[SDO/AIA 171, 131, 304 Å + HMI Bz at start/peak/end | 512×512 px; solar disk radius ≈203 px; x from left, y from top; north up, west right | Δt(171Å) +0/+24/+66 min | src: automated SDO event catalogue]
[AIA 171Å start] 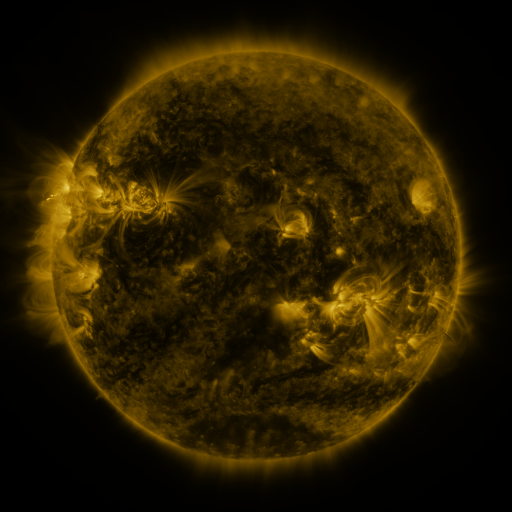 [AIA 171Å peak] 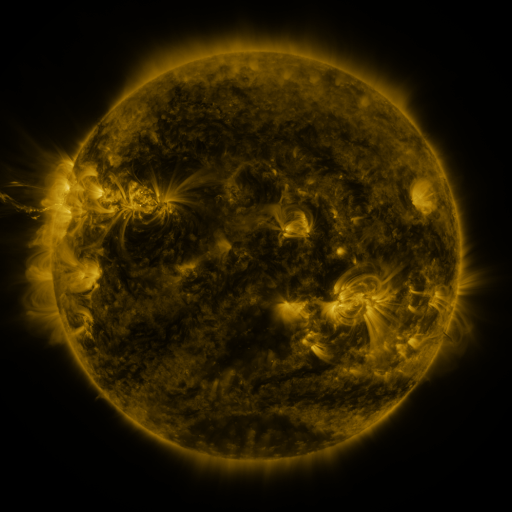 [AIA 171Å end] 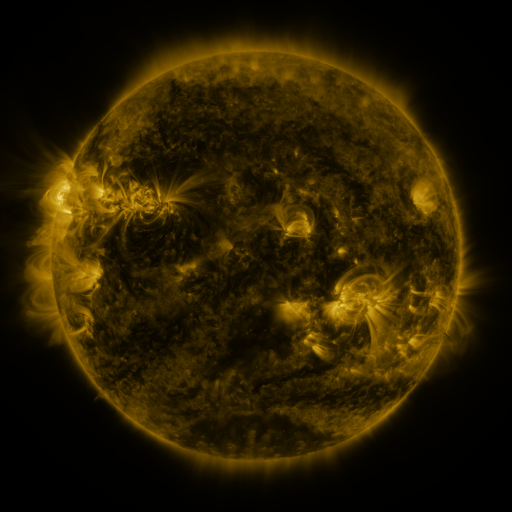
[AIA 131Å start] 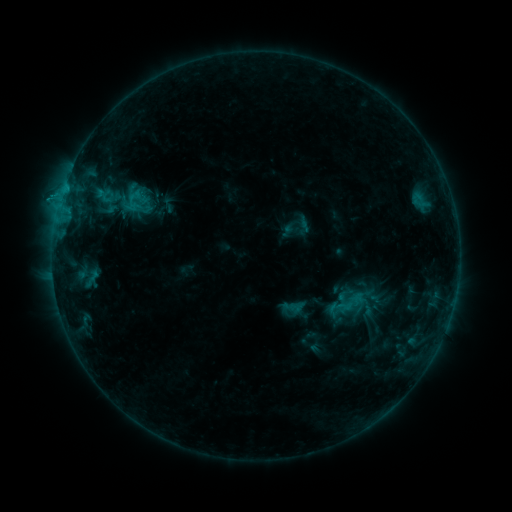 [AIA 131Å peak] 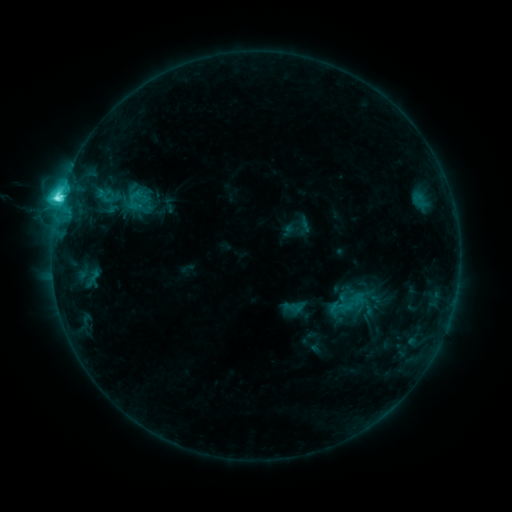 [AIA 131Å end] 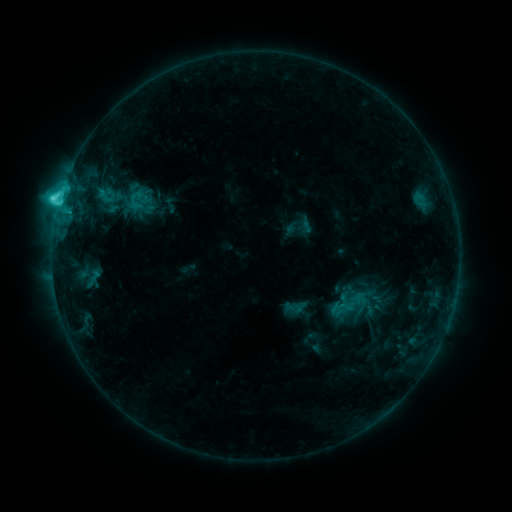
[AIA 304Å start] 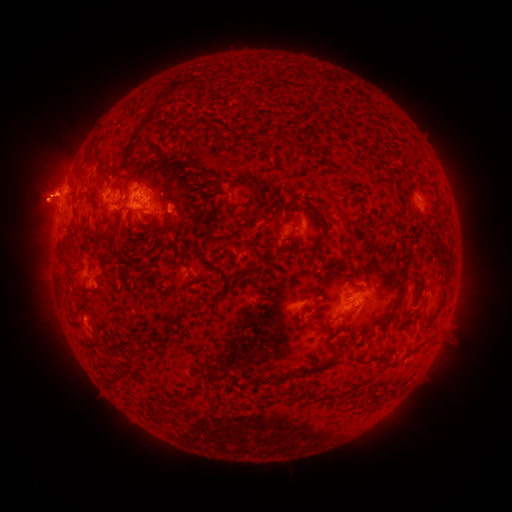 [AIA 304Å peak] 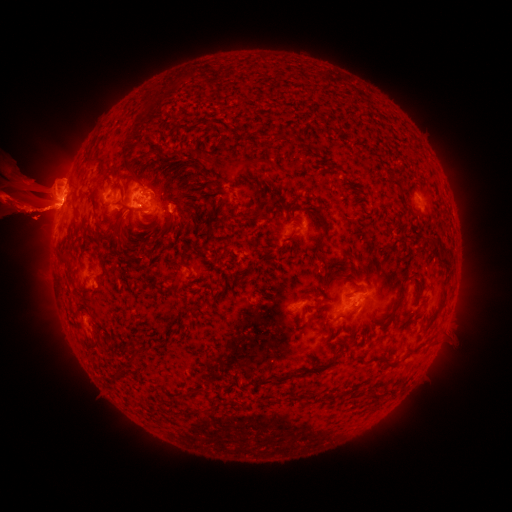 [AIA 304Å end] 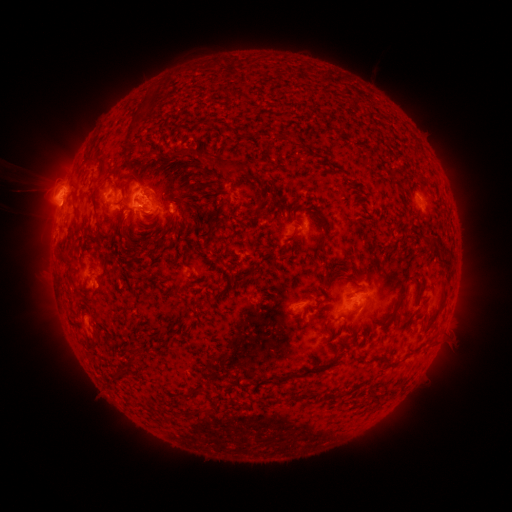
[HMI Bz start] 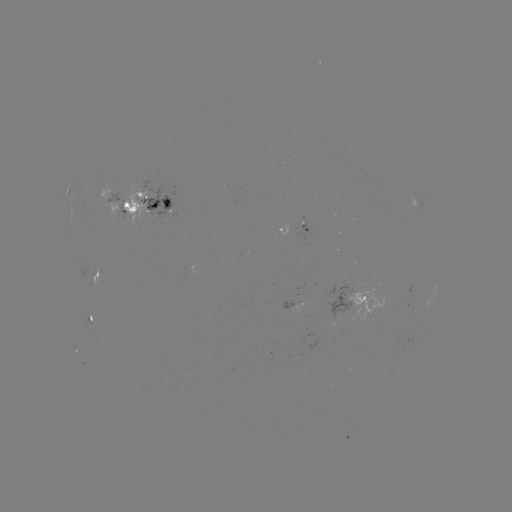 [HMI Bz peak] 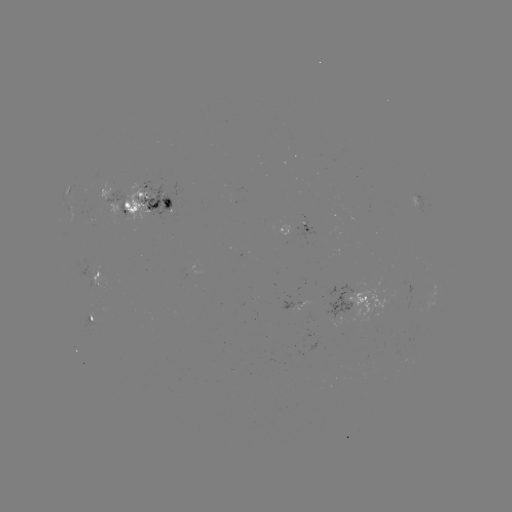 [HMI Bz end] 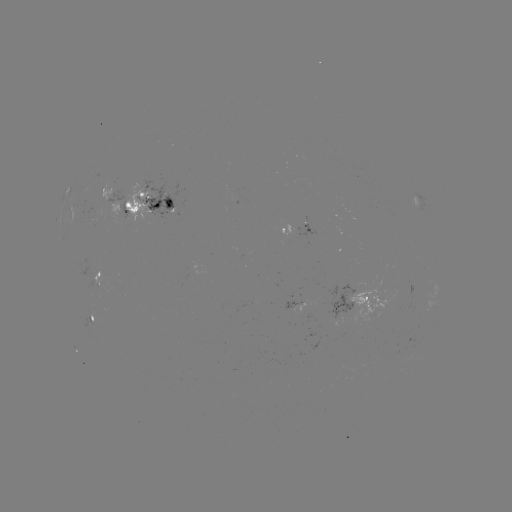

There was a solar flare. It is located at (63, 198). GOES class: C7.4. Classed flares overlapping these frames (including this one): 1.